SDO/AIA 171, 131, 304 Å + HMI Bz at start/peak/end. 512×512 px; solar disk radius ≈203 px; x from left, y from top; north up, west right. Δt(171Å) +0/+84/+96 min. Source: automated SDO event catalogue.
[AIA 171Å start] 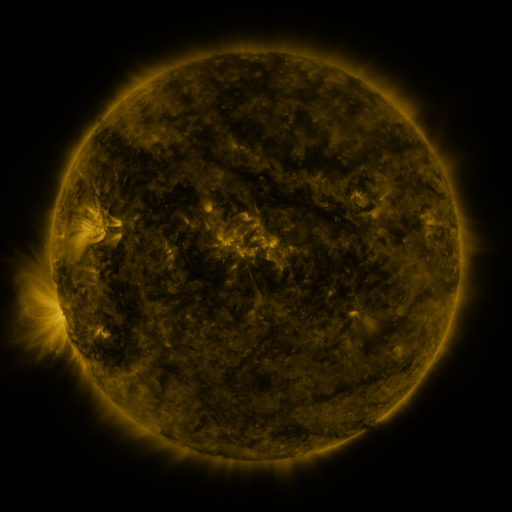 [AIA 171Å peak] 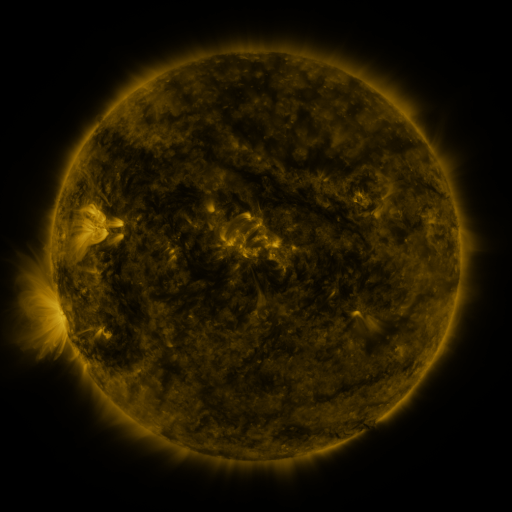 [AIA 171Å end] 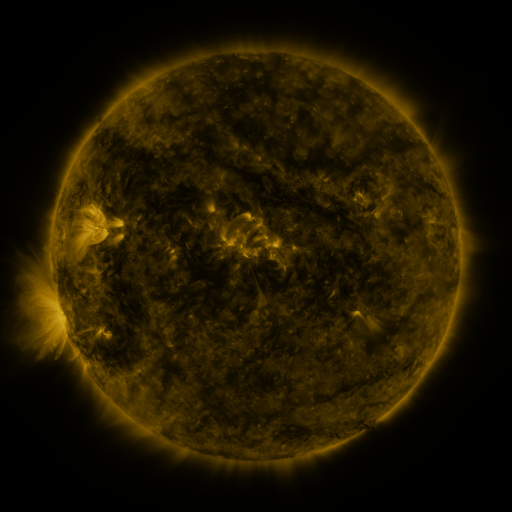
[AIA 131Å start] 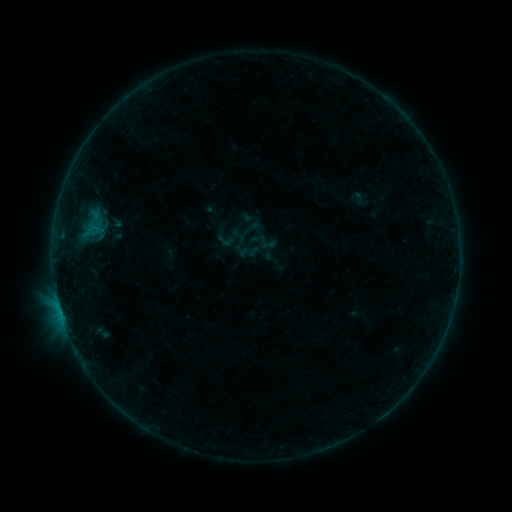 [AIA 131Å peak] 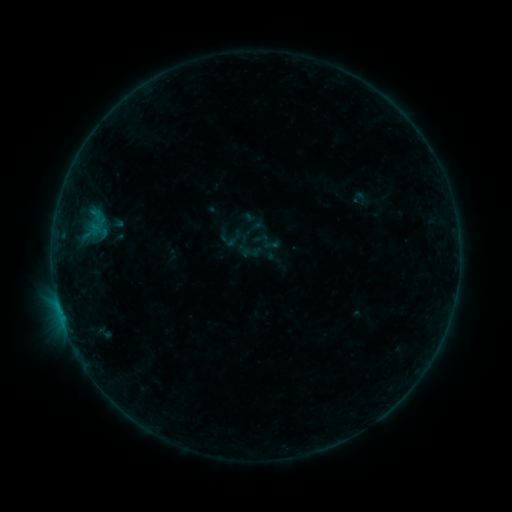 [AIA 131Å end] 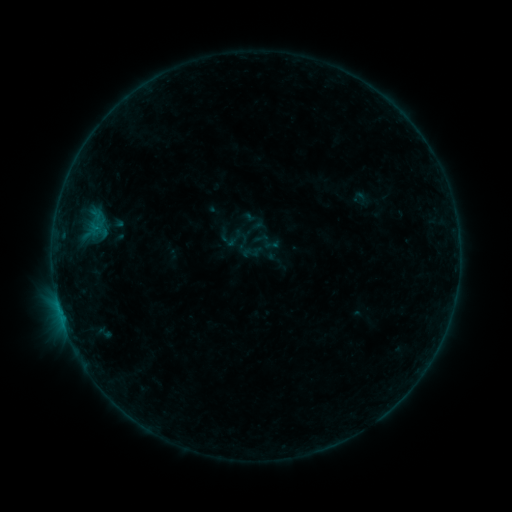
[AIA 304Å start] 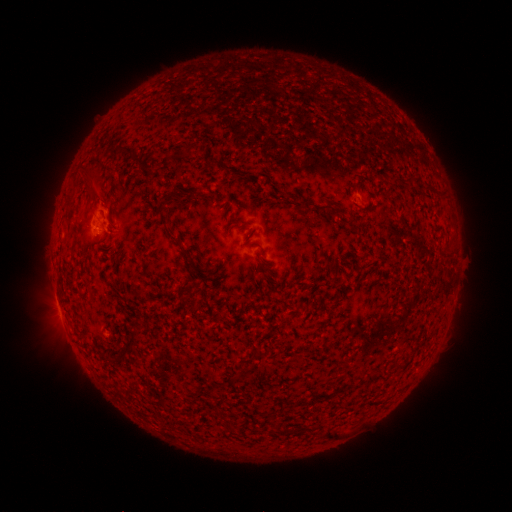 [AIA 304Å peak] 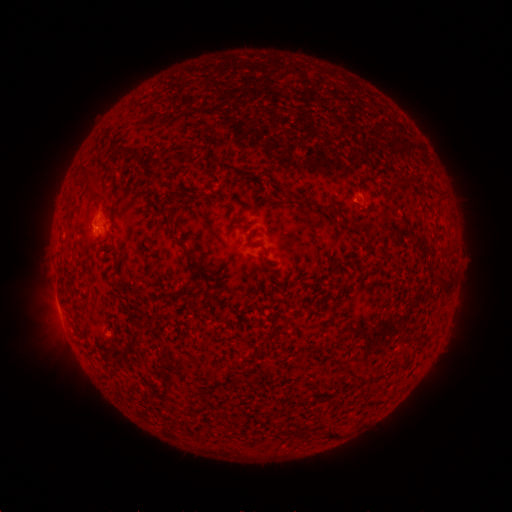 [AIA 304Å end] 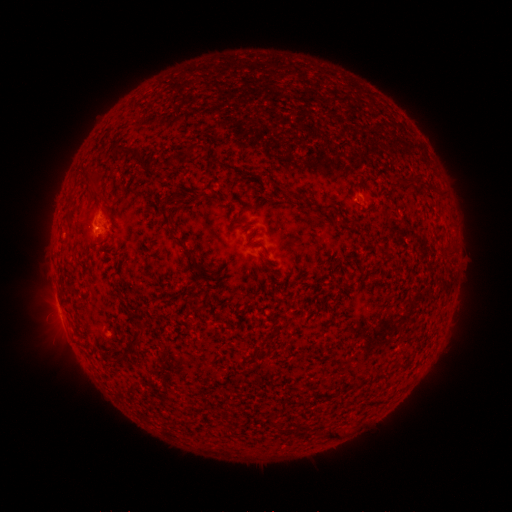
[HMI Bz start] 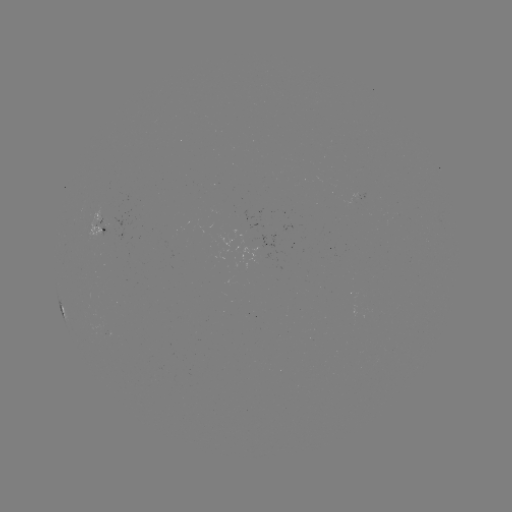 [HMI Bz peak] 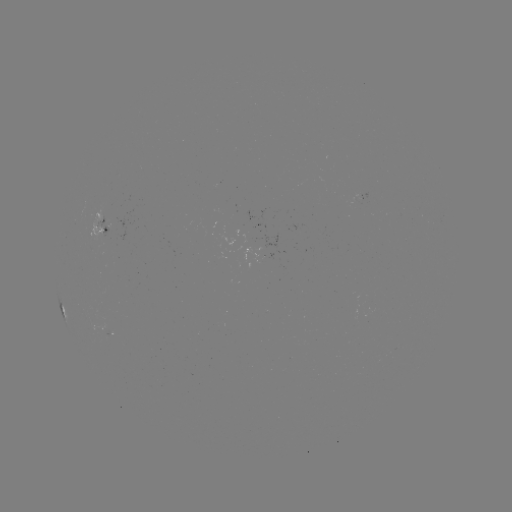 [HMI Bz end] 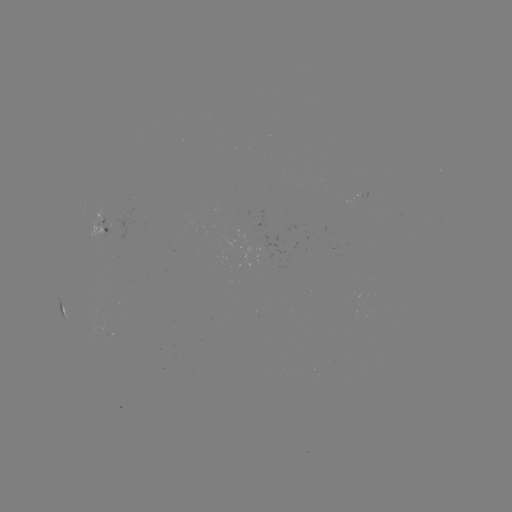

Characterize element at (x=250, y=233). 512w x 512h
emerging-flux region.